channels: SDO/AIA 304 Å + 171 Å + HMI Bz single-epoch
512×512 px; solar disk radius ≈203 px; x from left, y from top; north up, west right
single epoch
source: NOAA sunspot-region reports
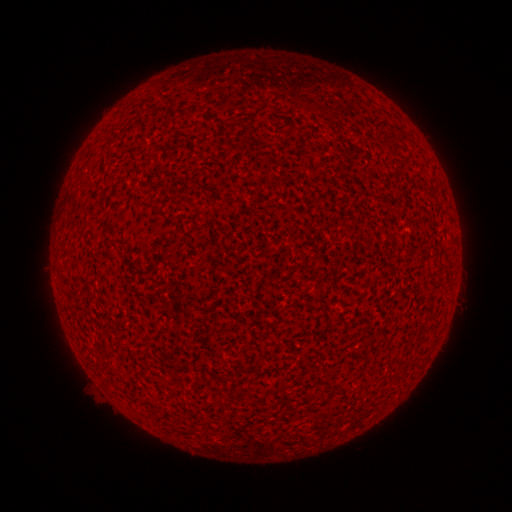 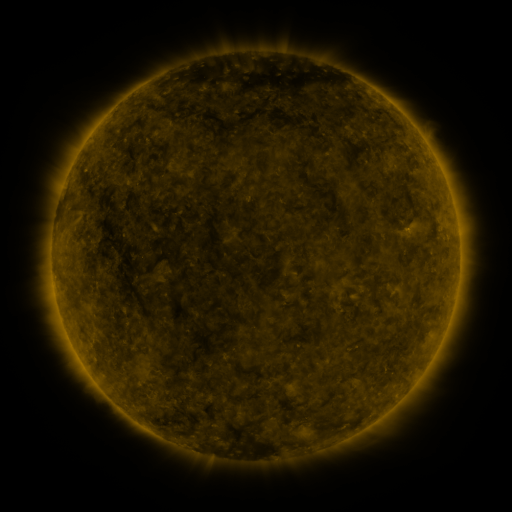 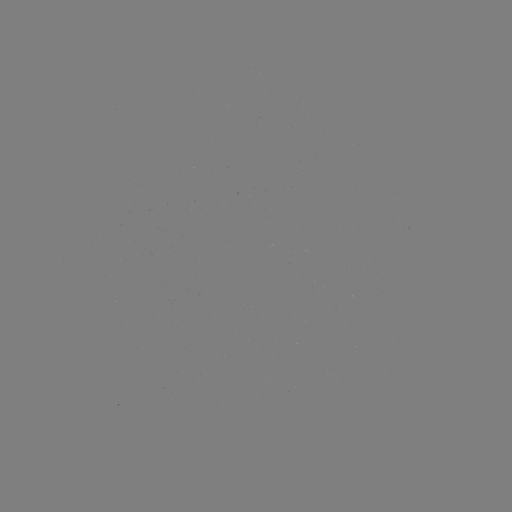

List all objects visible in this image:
(none)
